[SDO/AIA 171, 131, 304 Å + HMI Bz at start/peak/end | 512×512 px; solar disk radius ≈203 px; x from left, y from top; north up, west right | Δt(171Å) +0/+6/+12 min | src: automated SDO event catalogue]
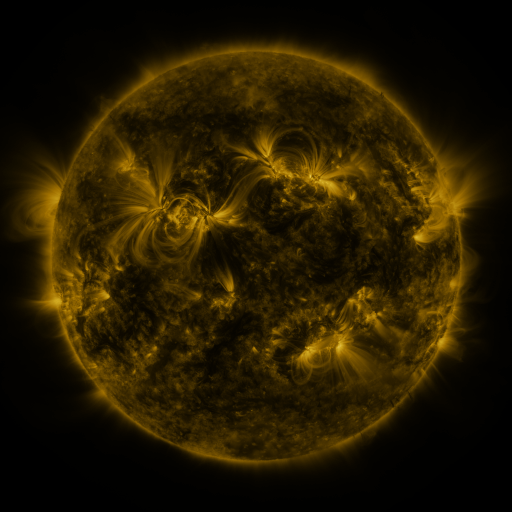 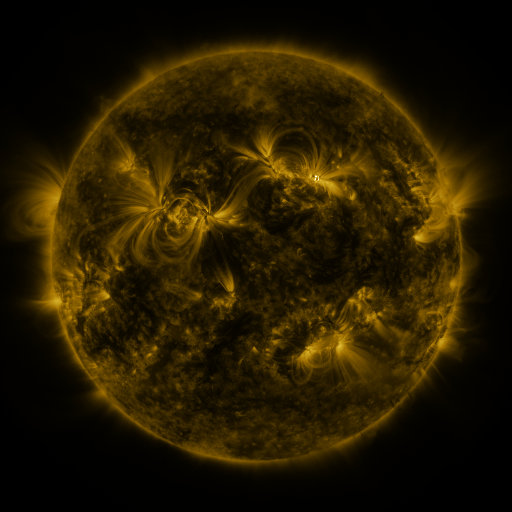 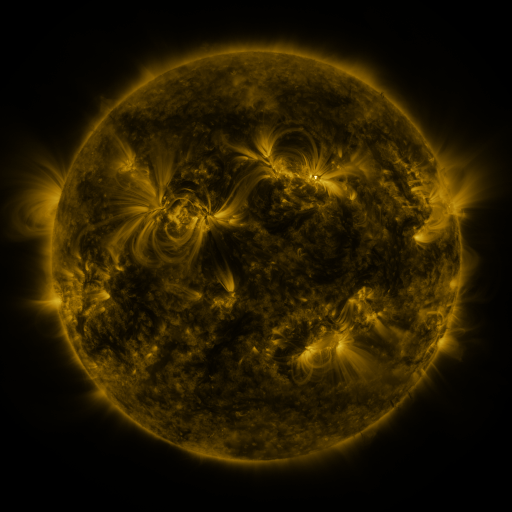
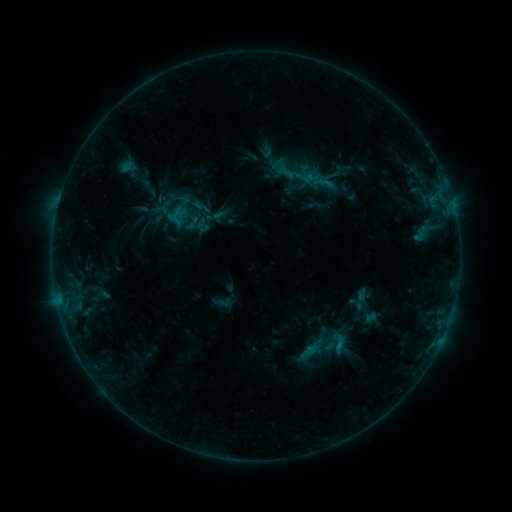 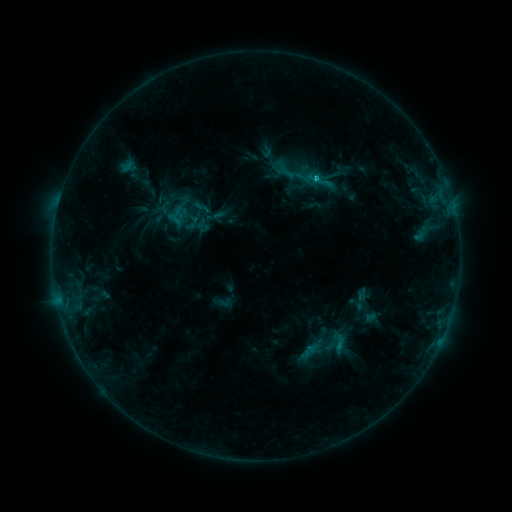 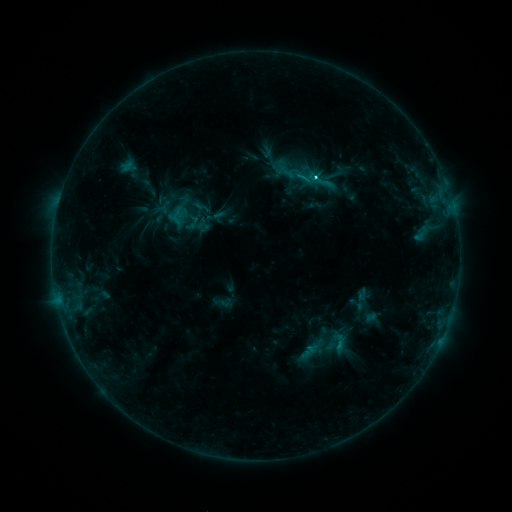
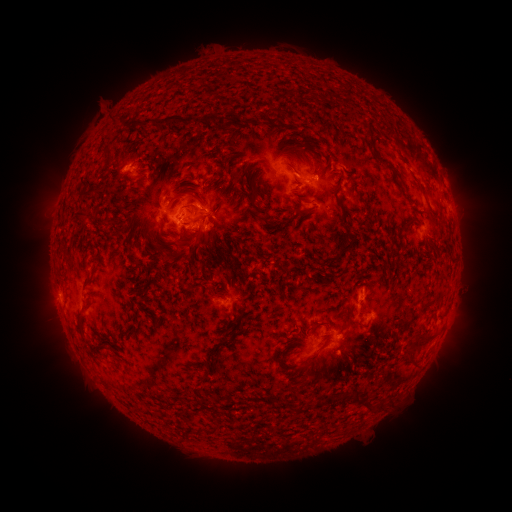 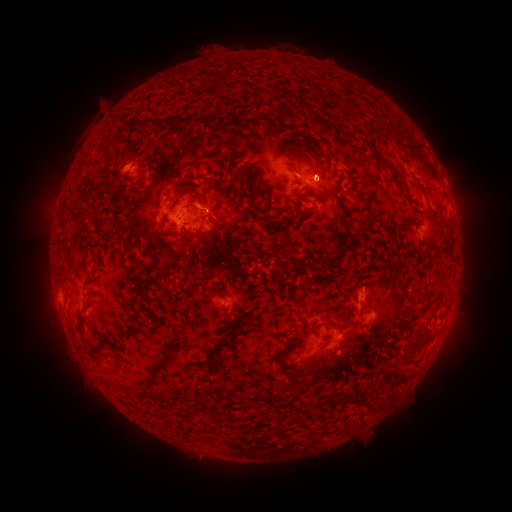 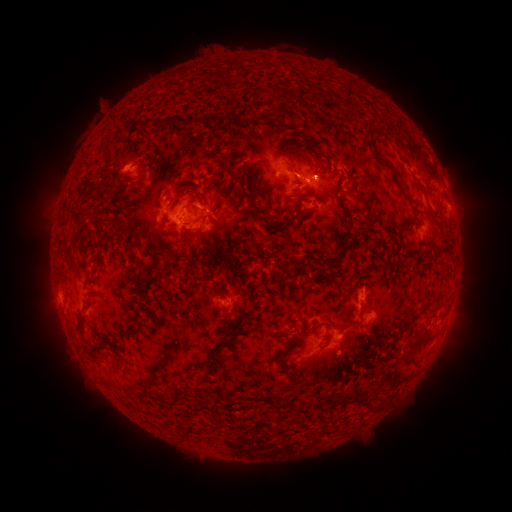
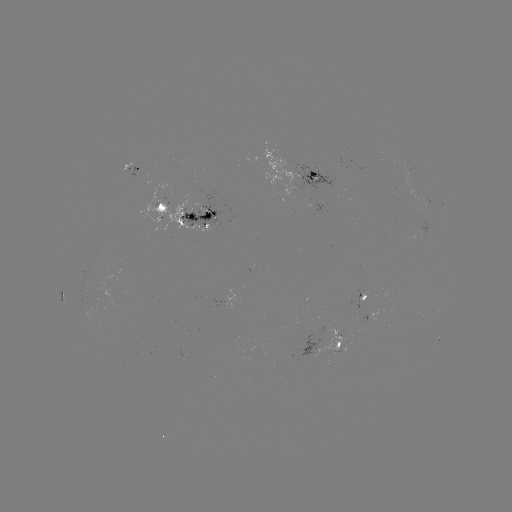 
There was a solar flare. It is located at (315, 179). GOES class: M1.0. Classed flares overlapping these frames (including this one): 1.